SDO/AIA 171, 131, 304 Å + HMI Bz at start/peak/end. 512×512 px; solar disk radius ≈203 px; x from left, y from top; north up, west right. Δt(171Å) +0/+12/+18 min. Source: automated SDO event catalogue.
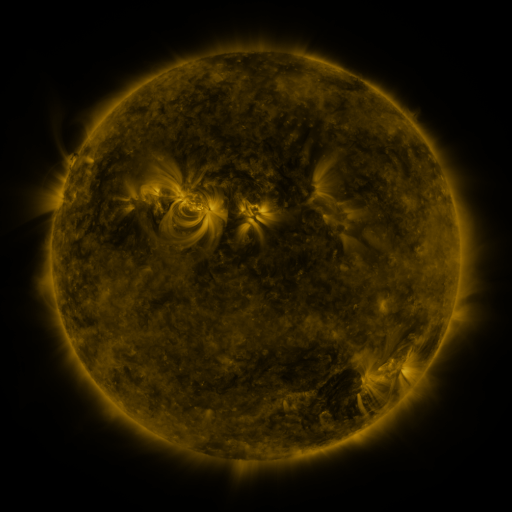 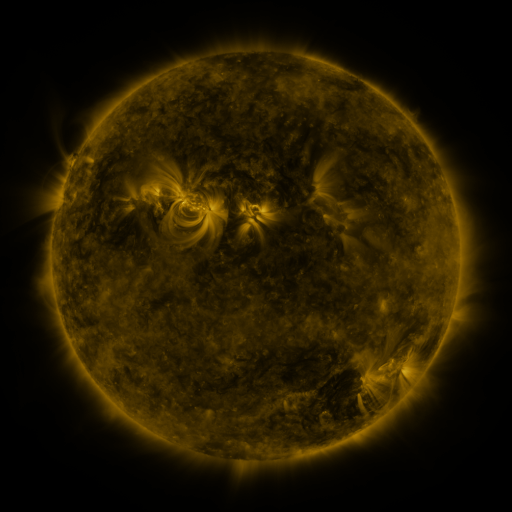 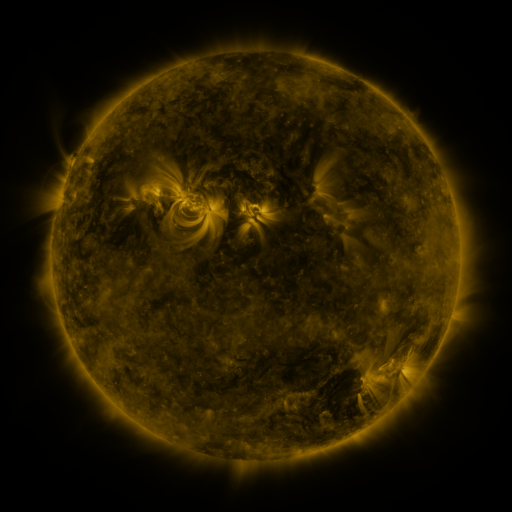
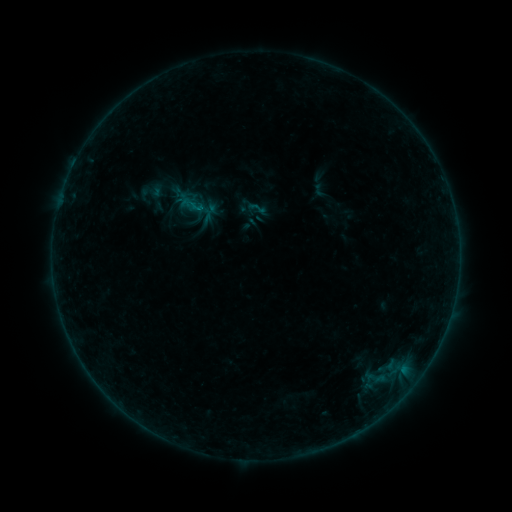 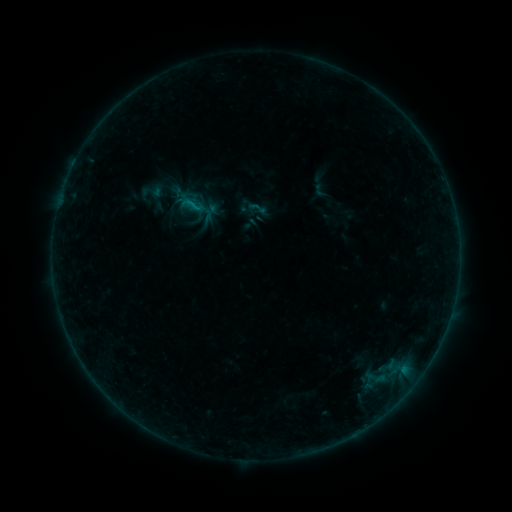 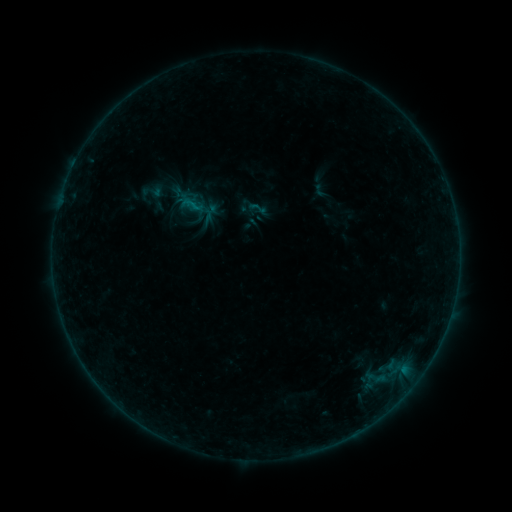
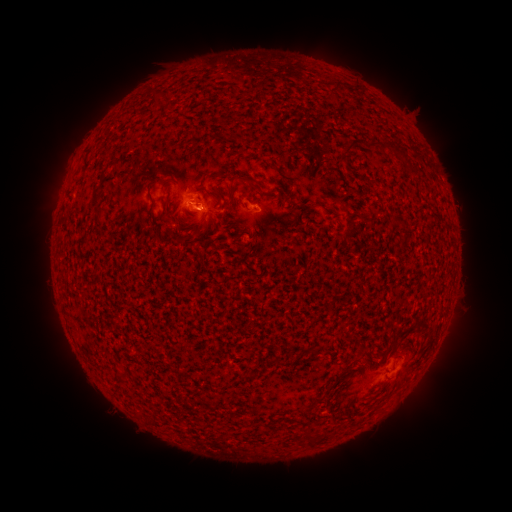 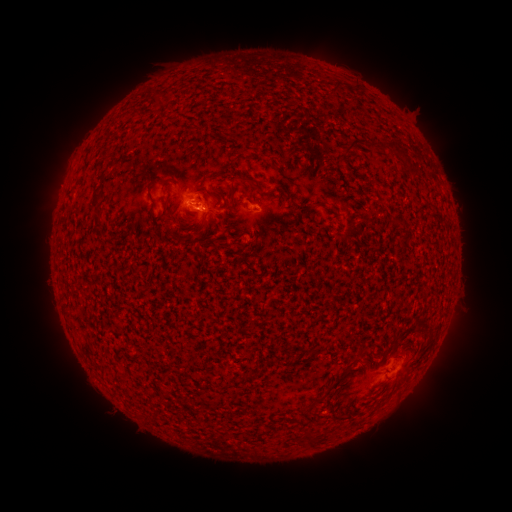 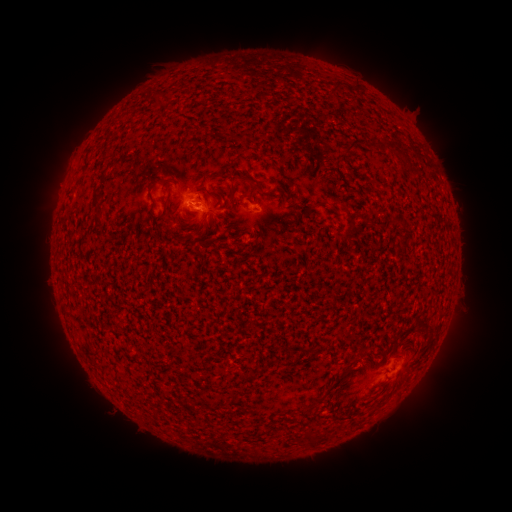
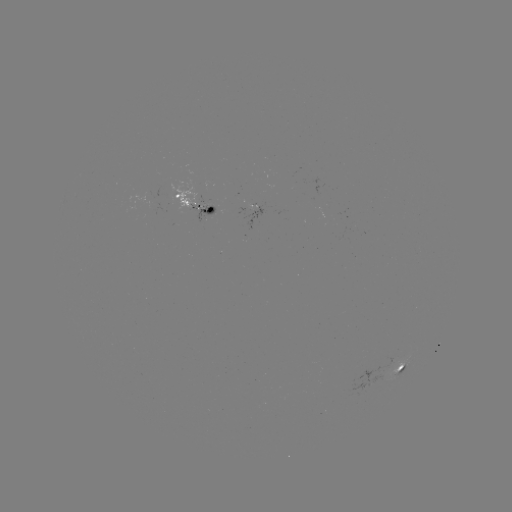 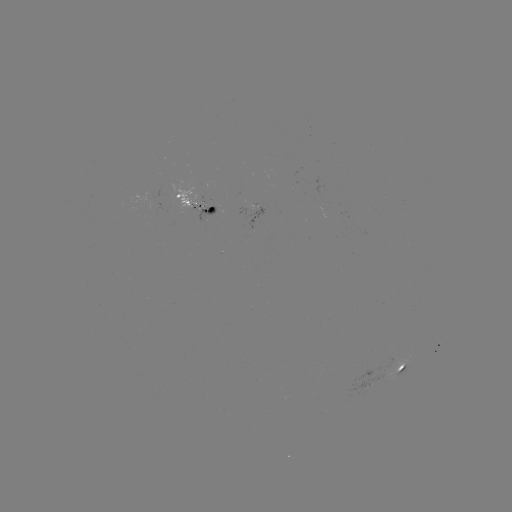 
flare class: B2.8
